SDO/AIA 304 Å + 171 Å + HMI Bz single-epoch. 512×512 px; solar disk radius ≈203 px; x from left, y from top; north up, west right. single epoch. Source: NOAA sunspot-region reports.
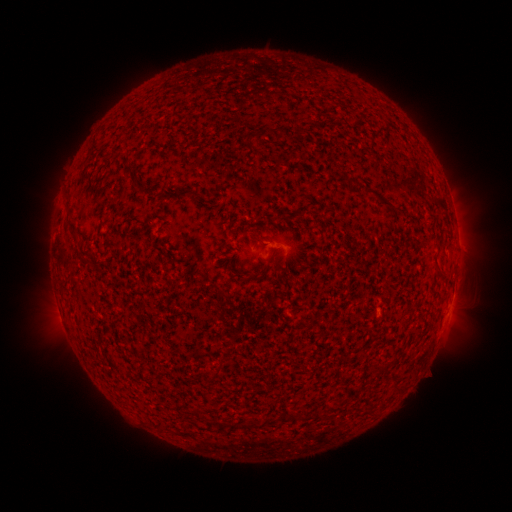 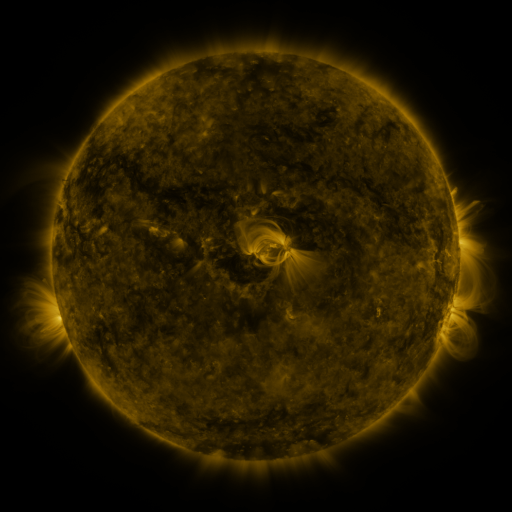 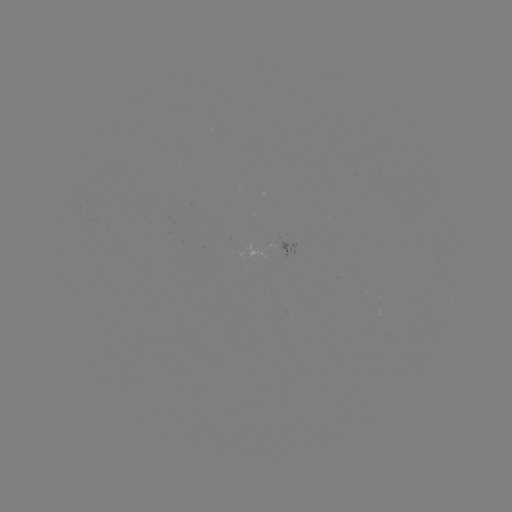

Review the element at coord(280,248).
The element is spotted active region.